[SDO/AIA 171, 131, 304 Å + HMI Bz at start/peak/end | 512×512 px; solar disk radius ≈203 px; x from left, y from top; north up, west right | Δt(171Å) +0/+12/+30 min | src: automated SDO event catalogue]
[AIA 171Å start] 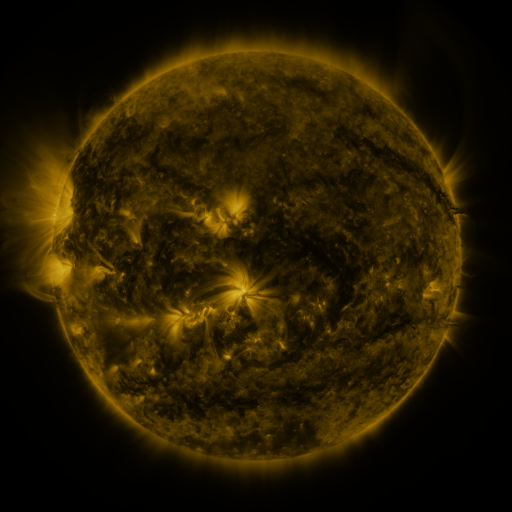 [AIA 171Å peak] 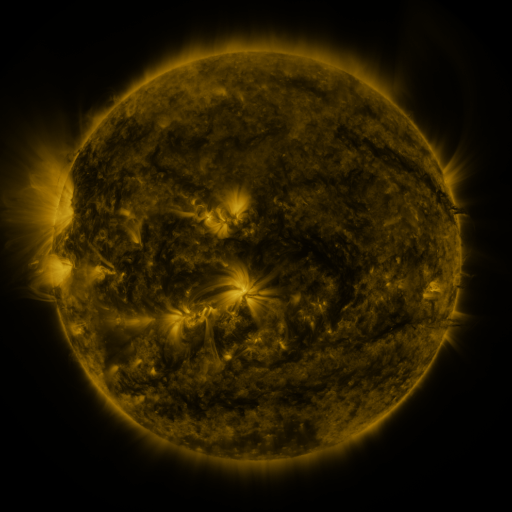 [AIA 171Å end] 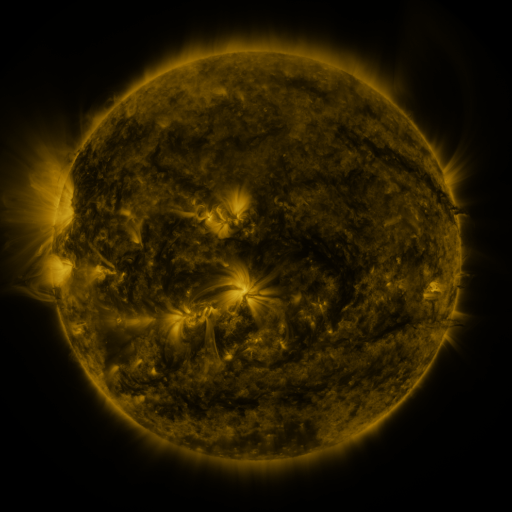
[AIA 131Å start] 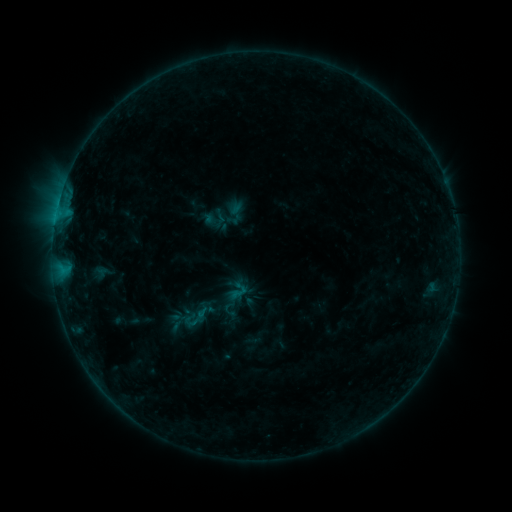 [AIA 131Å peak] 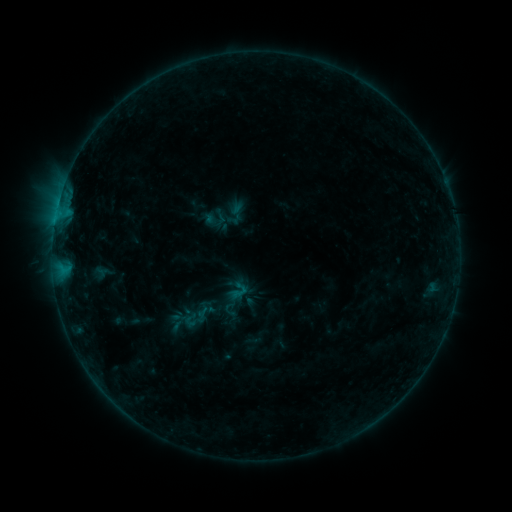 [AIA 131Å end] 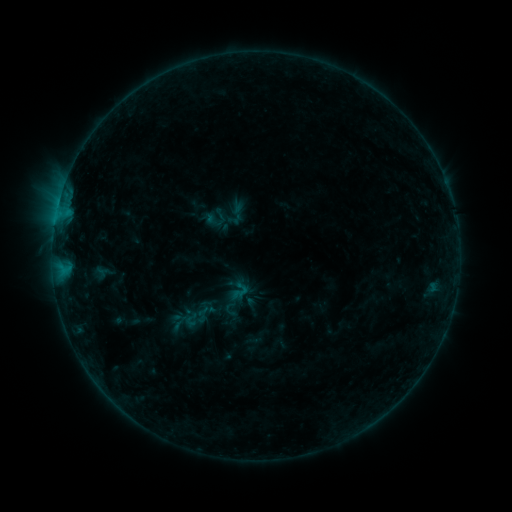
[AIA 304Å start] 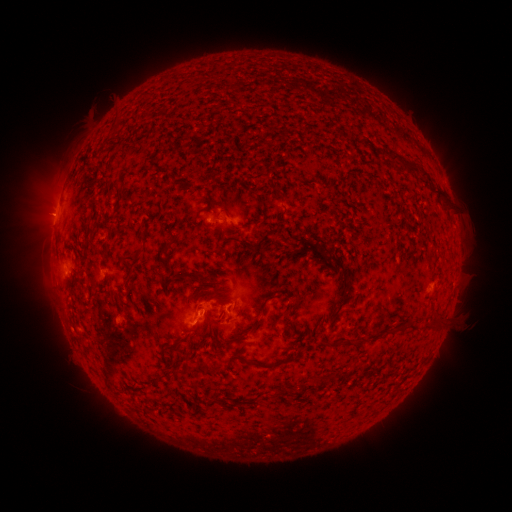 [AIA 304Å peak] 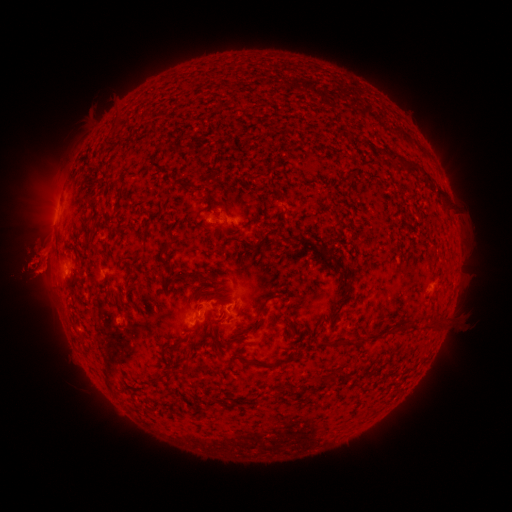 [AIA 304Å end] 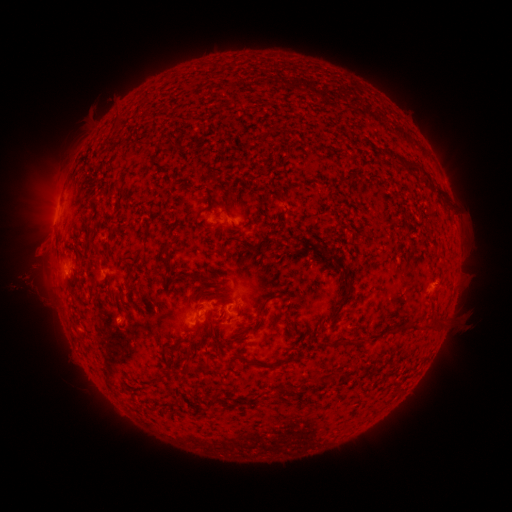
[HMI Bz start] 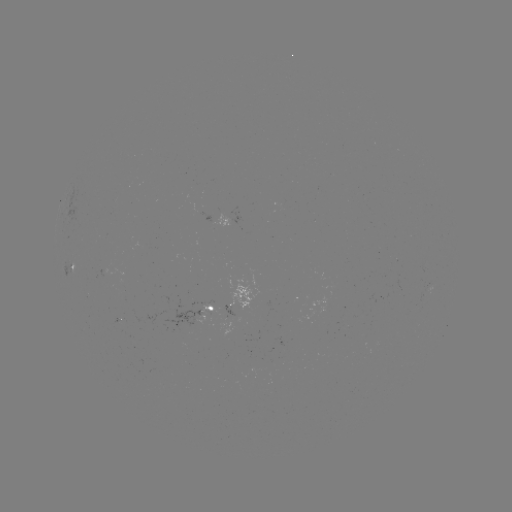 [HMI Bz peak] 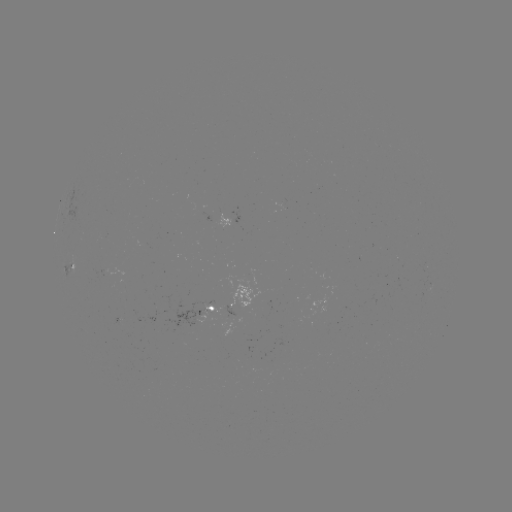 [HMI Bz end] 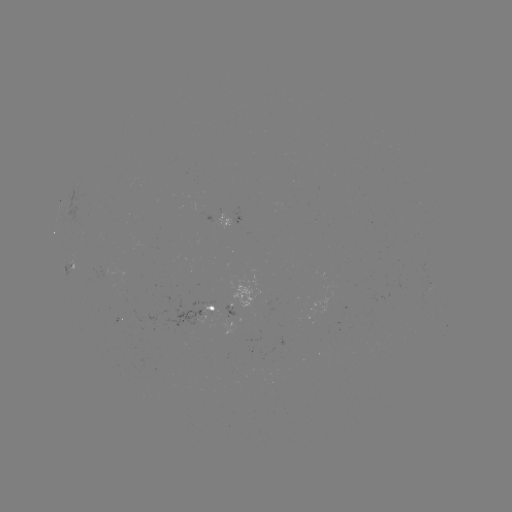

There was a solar eruption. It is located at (33, 270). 